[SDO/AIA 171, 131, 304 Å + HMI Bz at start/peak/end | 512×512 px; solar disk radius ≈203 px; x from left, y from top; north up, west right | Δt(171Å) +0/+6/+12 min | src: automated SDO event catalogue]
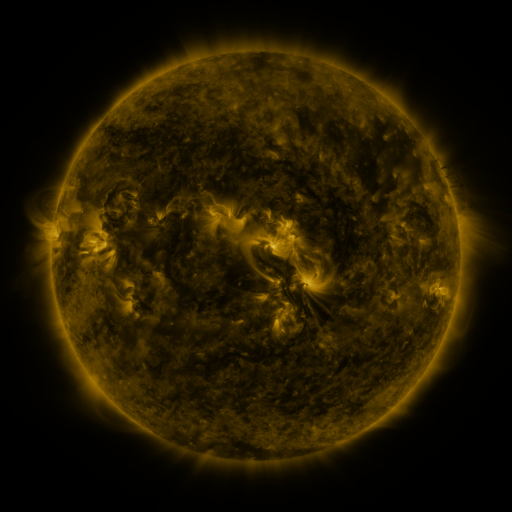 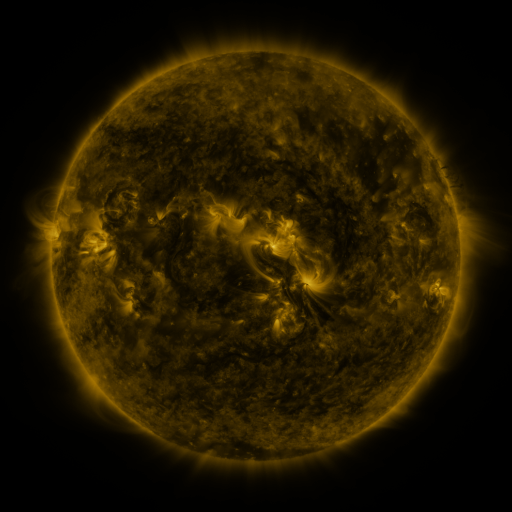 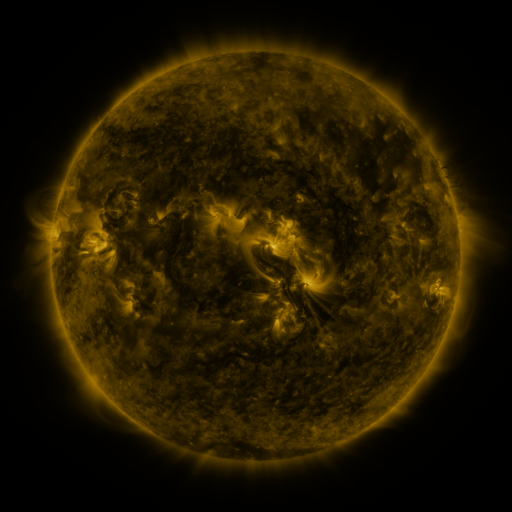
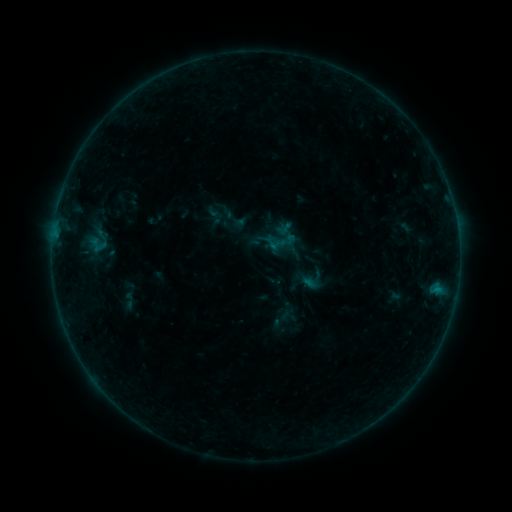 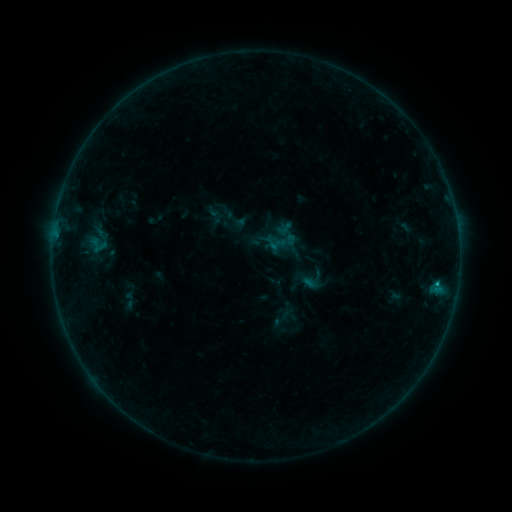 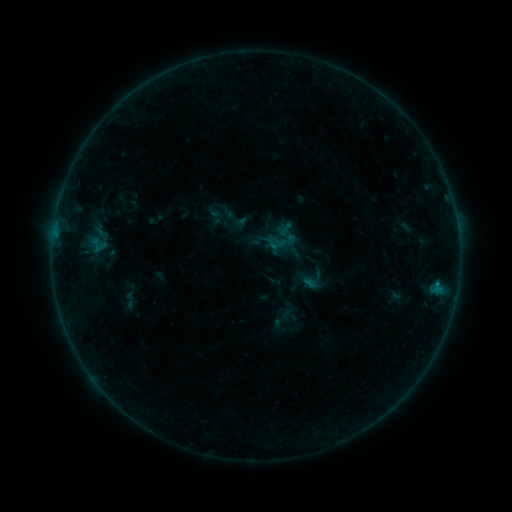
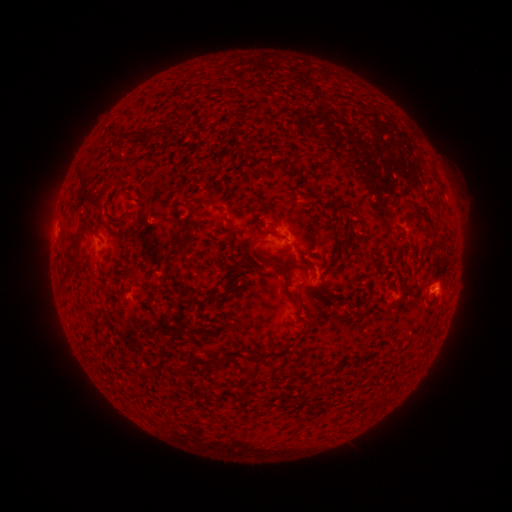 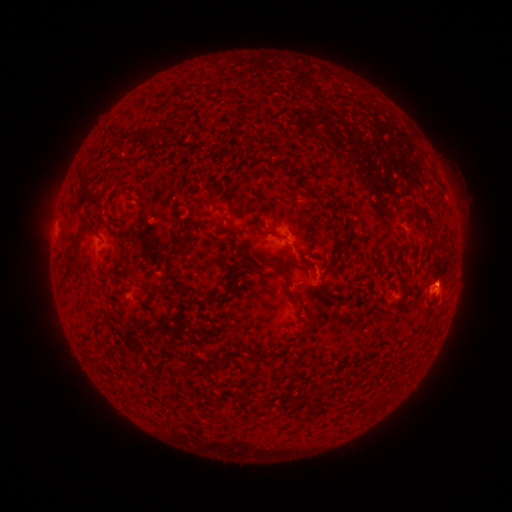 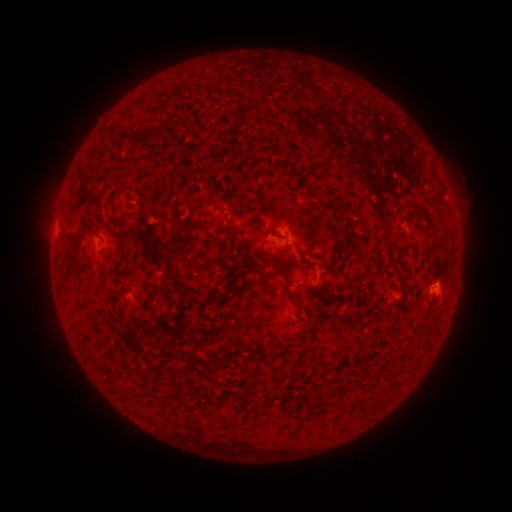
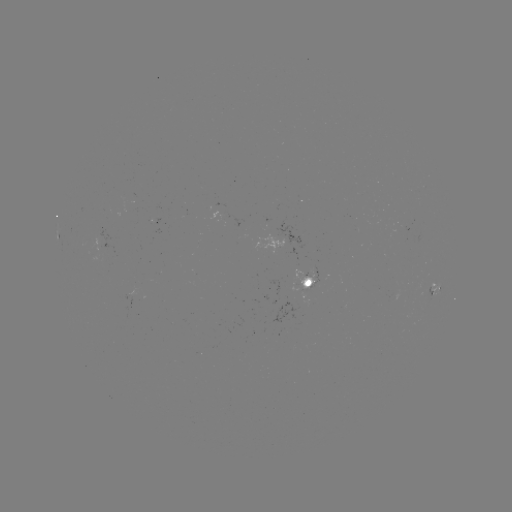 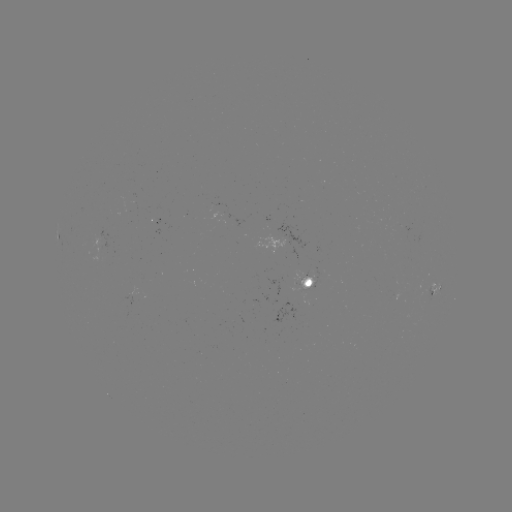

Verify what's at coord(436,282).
B3.3 flare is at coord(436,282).